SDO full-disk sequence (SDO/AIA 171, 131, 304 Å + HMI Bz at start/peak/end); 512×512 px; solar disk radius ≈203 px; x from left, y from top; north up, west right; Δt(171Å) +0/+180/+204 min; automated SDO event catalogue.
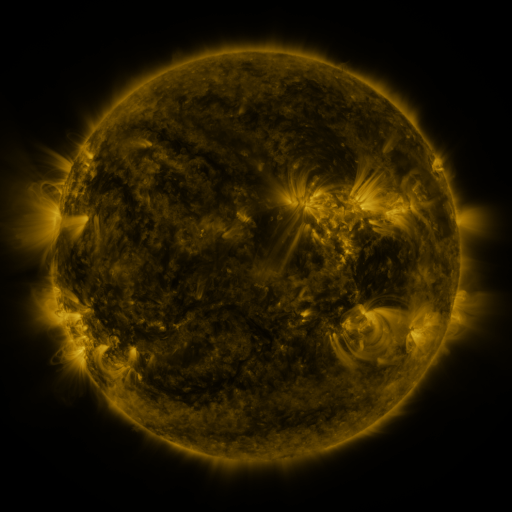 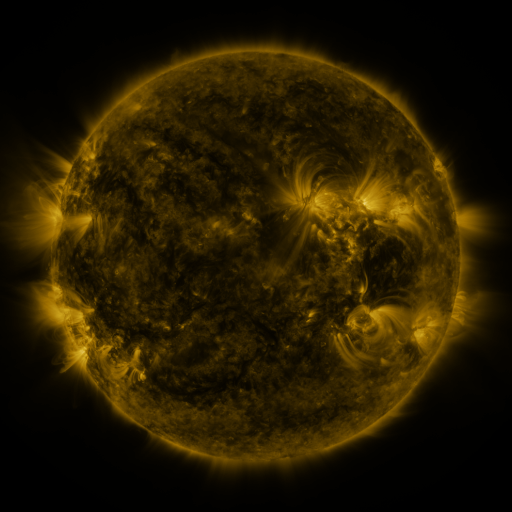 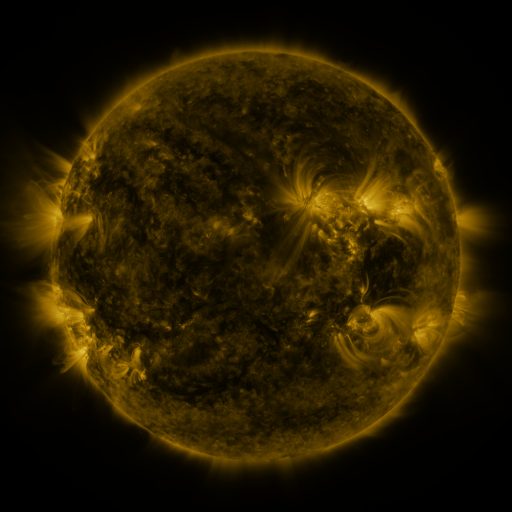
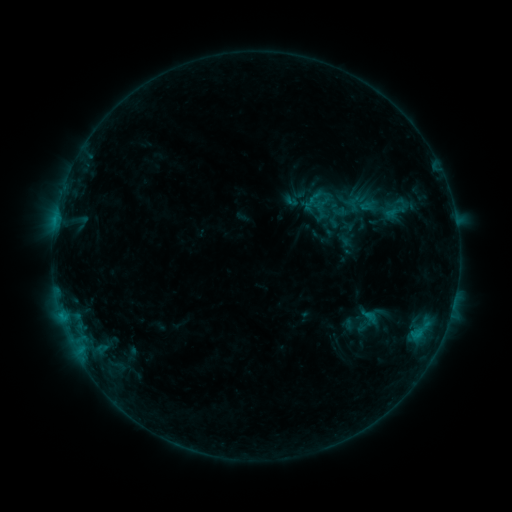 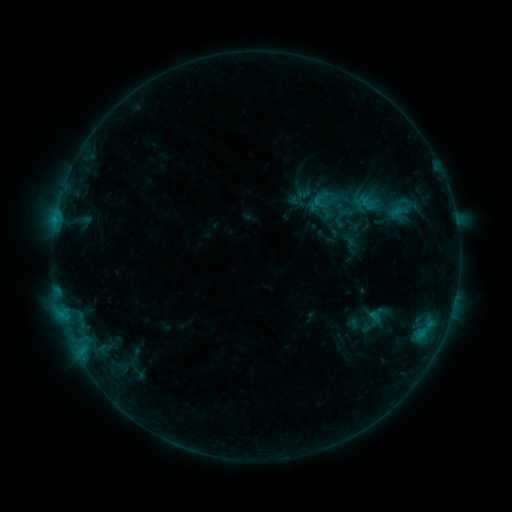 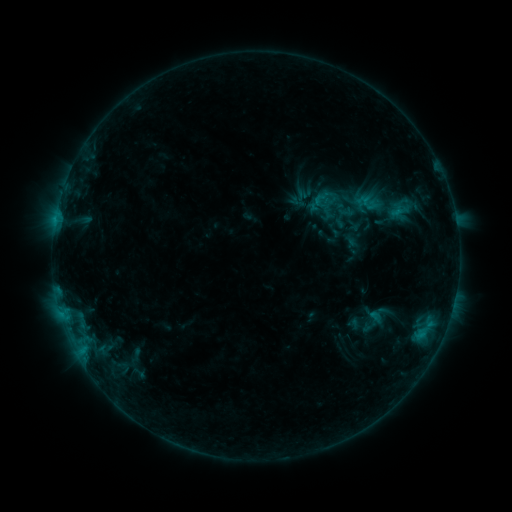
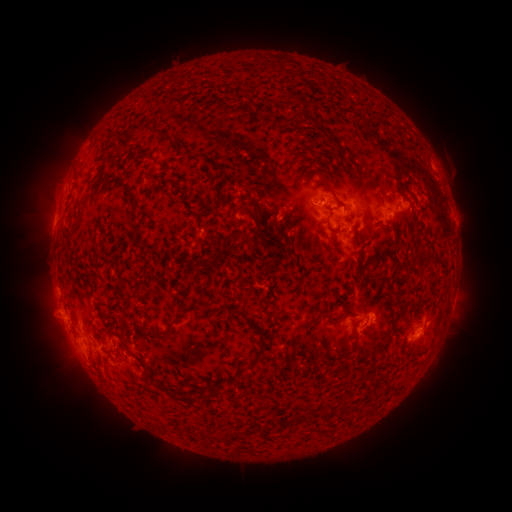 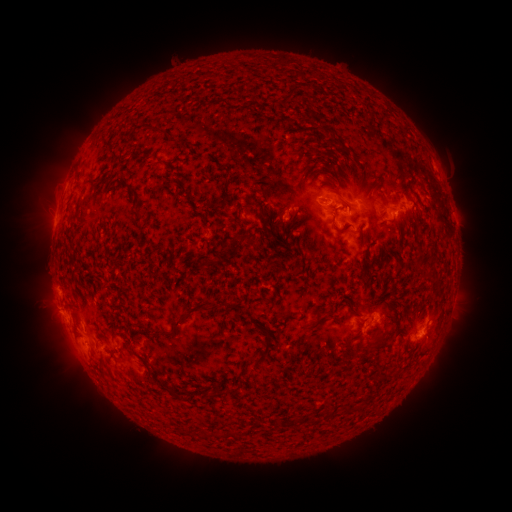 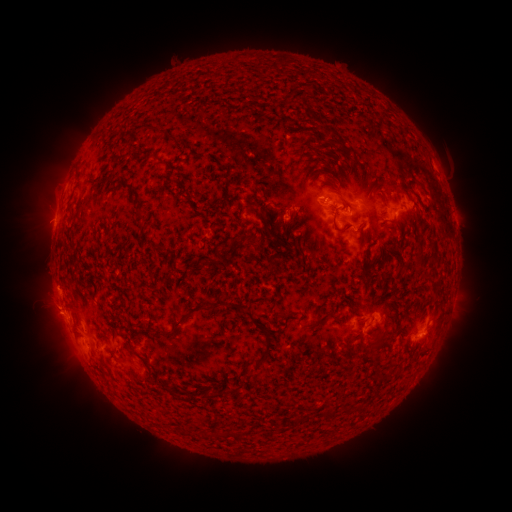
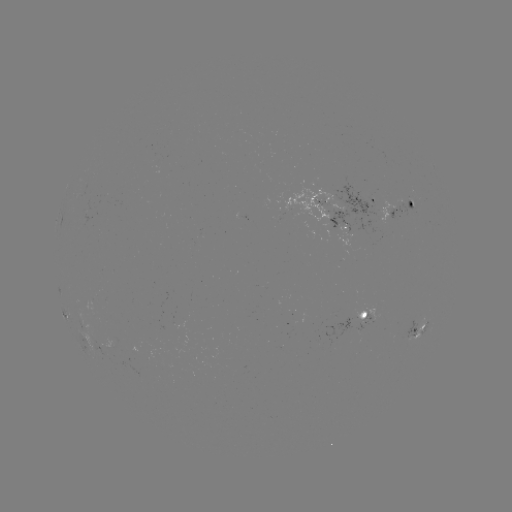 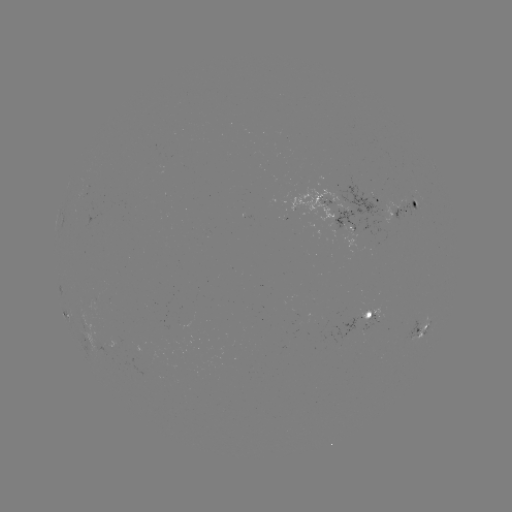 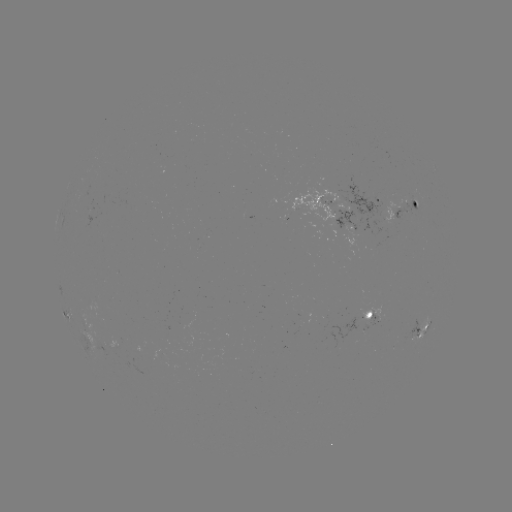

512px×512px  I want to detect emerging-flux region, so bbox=[318, 197, 336, 206].